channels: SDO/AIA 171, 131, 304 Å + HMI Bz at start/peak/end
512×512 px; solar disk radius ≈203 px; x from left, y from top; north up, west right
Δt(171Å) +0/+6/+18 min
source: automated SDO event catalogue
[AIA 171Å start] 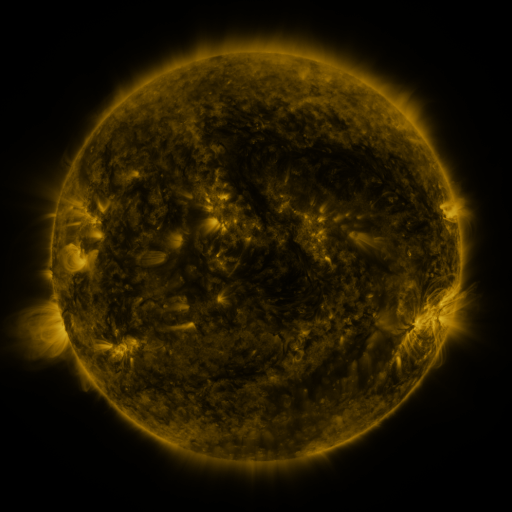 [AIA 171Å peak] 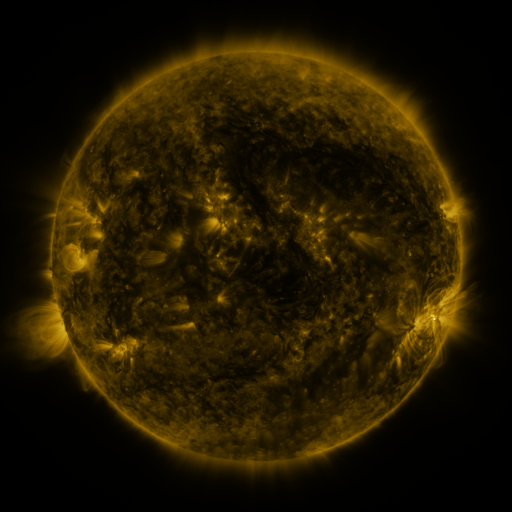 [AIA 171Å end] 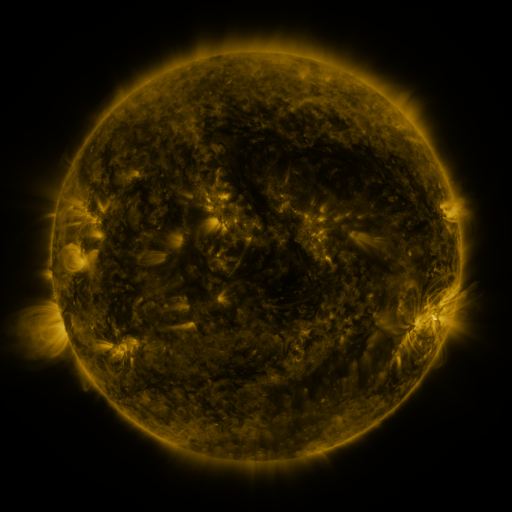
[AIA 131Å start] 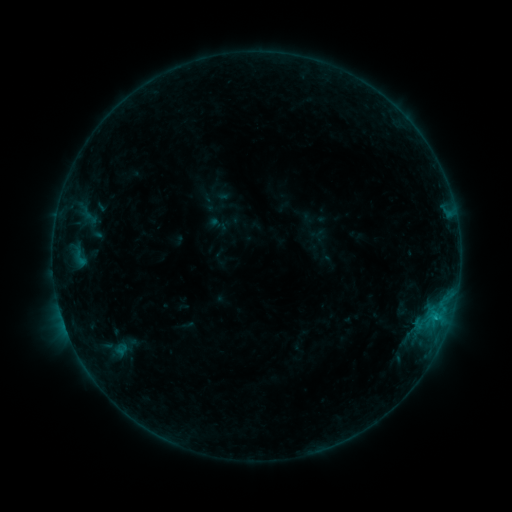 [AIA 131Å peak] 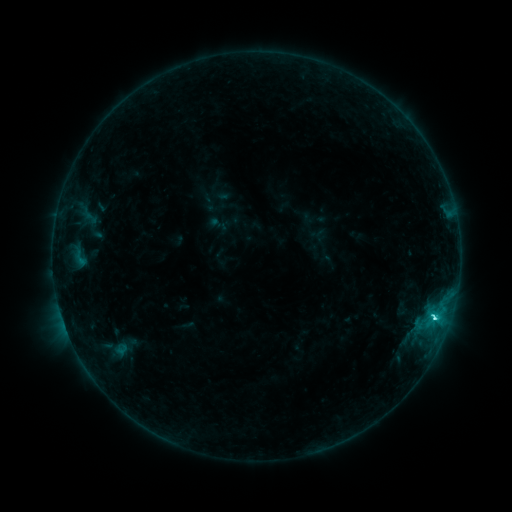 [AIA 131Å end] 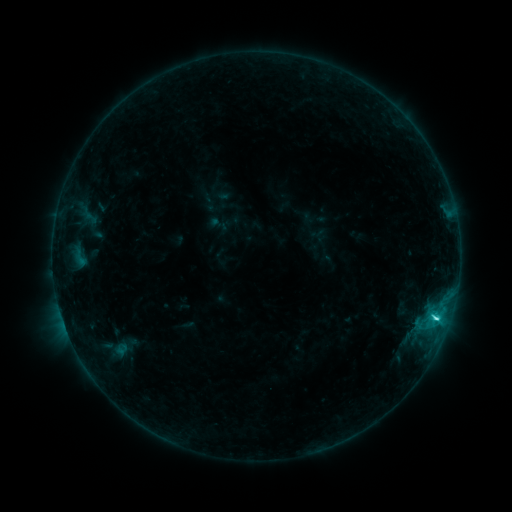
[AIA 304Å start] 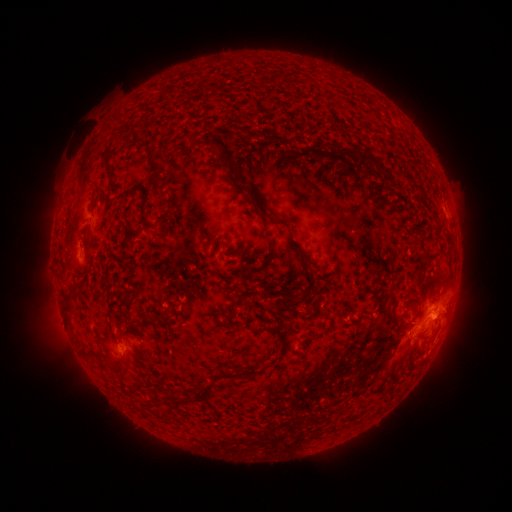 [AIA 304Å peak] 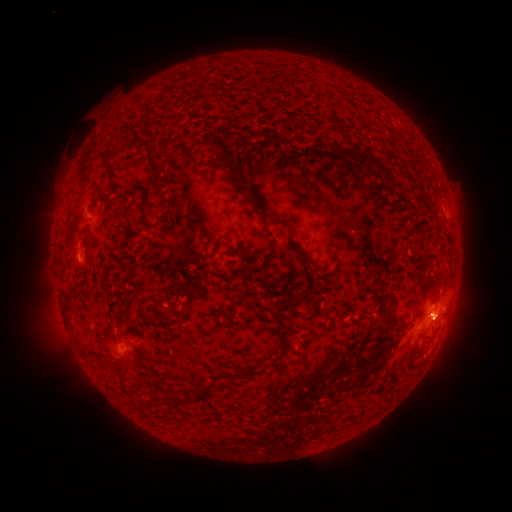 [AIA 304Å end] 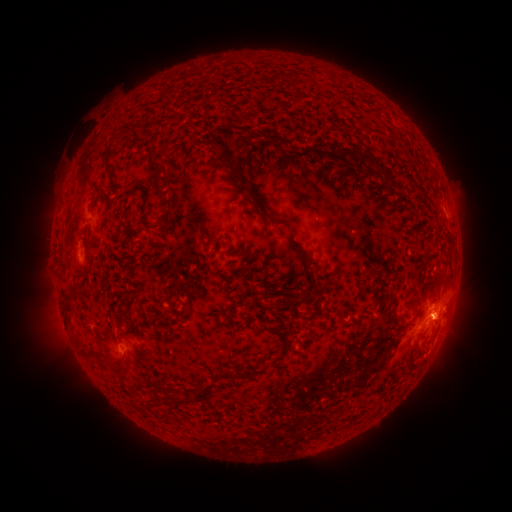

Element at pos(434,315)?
C3.7 flare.